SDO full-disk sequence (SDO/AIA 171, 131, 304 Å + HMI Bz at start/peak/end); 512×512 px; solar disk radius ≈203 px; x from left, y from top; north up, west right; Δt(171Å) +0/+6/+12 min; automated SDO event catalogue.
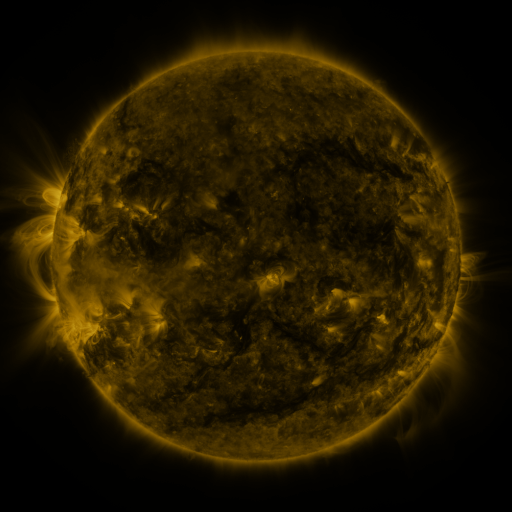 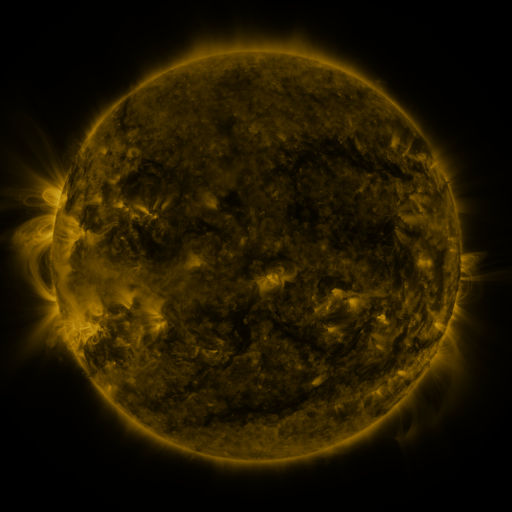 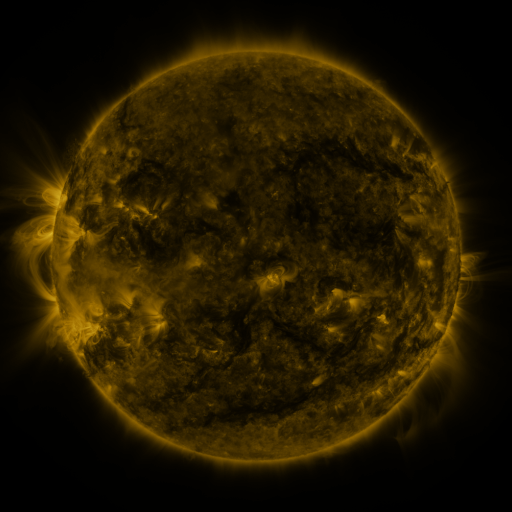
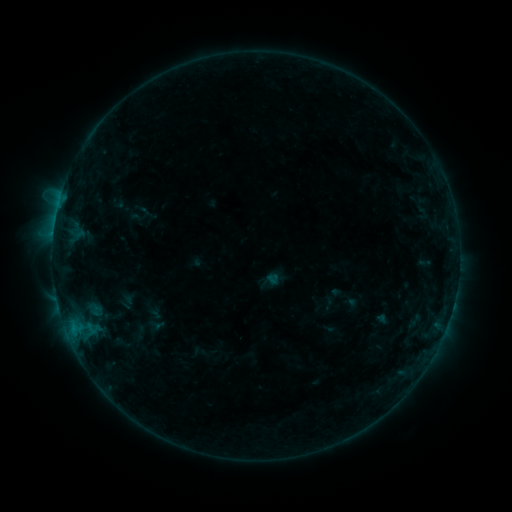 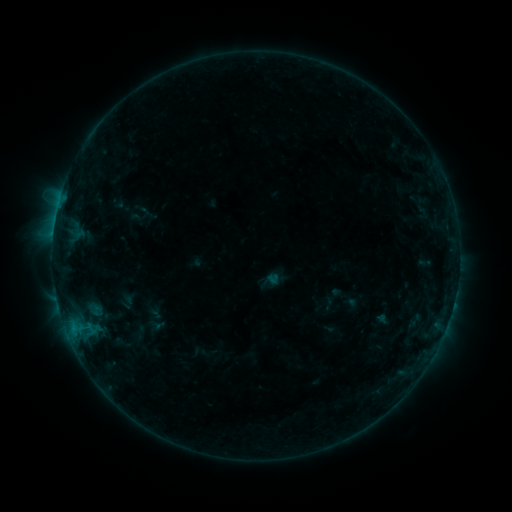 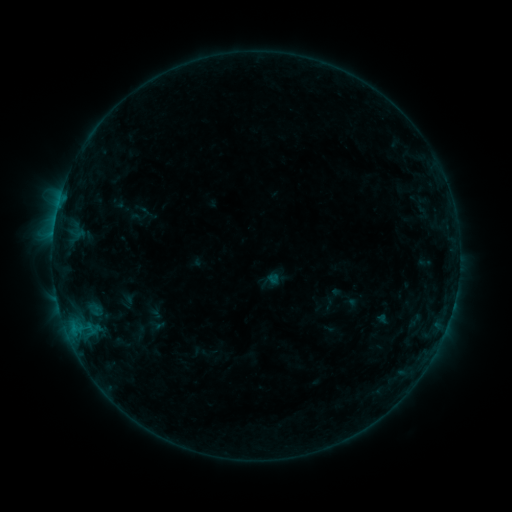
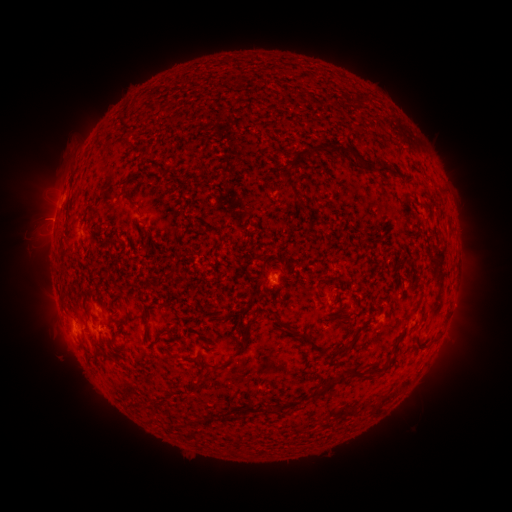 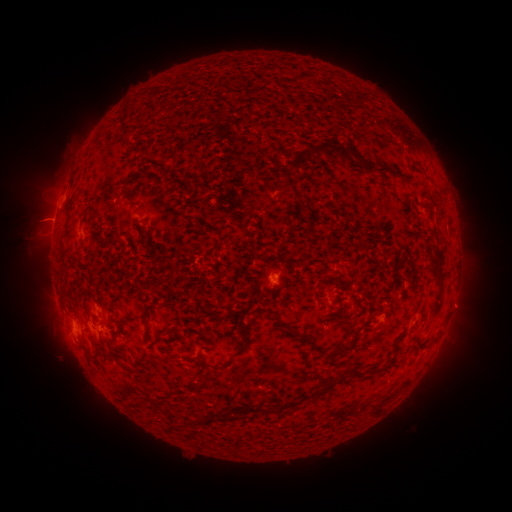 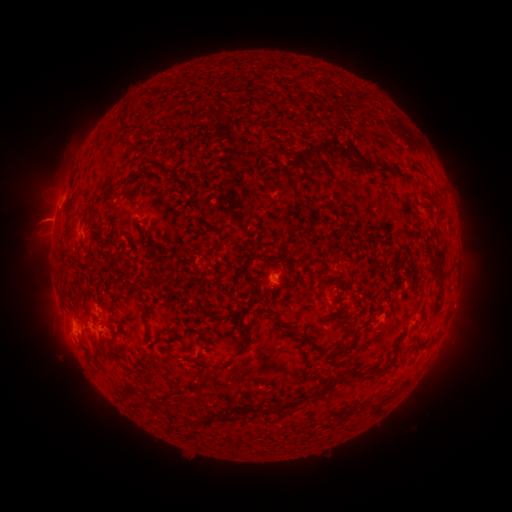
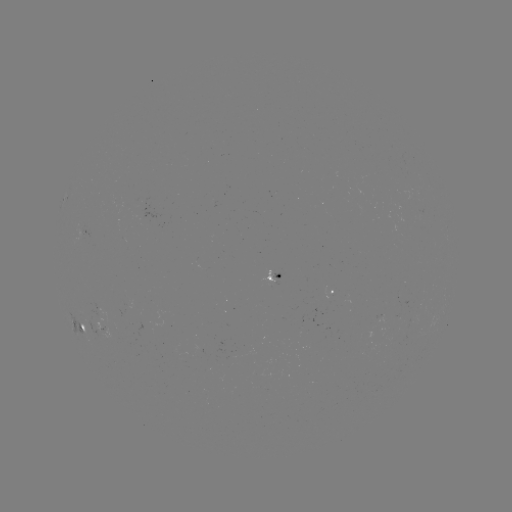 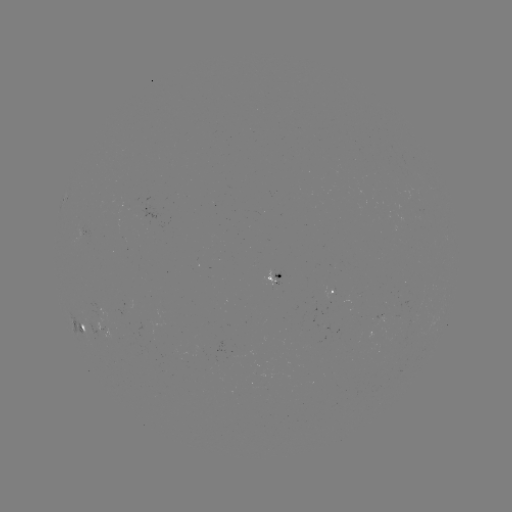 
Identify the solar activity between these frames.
eruption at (44, 218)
